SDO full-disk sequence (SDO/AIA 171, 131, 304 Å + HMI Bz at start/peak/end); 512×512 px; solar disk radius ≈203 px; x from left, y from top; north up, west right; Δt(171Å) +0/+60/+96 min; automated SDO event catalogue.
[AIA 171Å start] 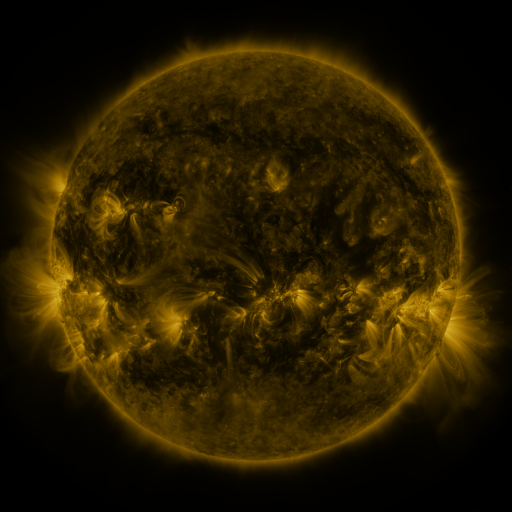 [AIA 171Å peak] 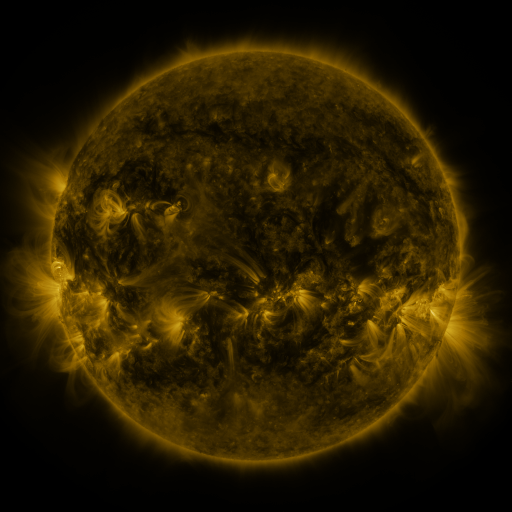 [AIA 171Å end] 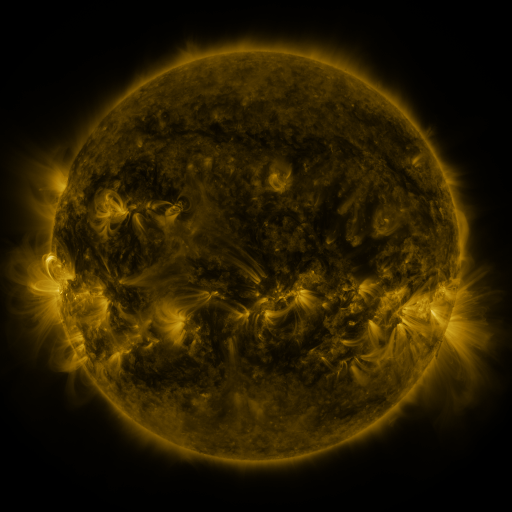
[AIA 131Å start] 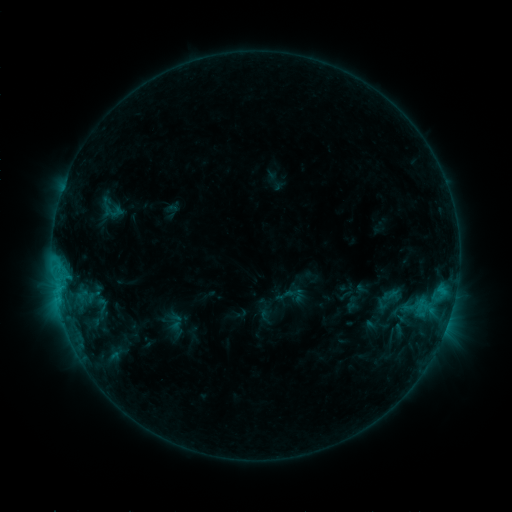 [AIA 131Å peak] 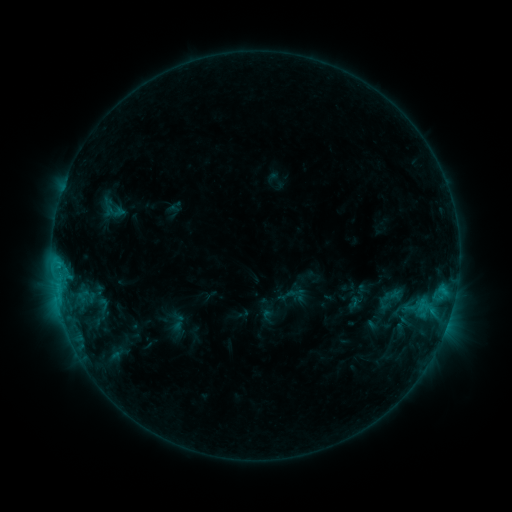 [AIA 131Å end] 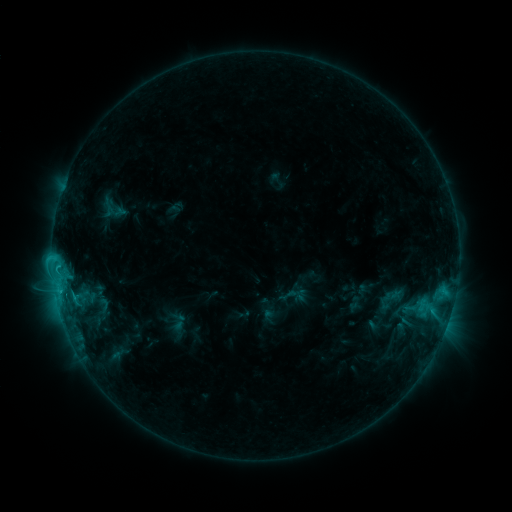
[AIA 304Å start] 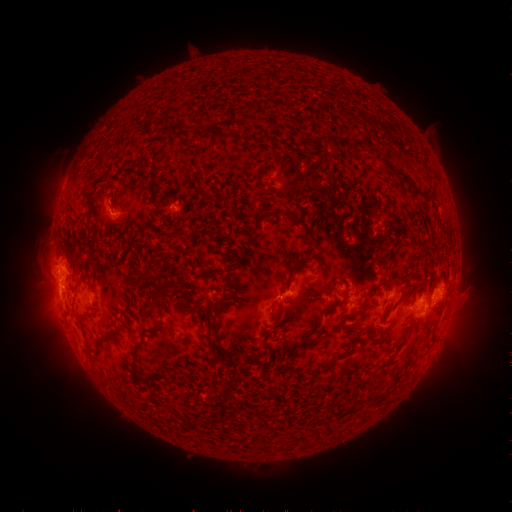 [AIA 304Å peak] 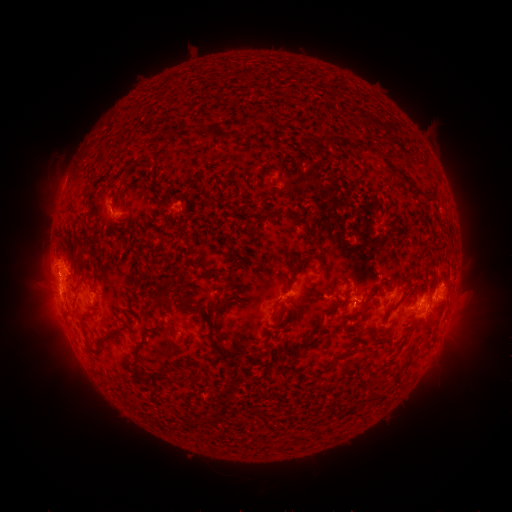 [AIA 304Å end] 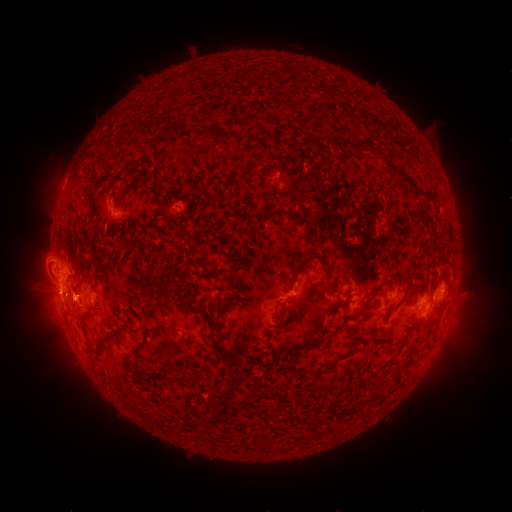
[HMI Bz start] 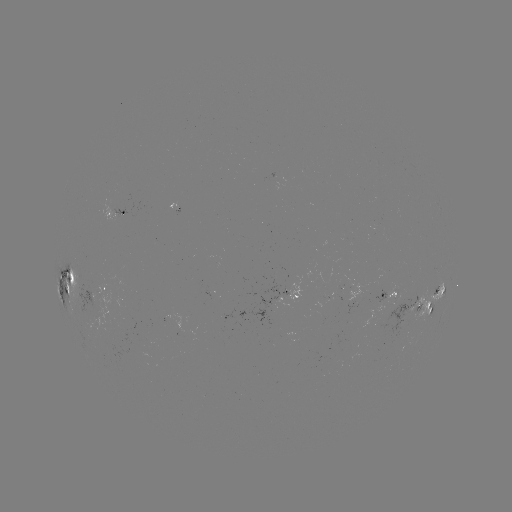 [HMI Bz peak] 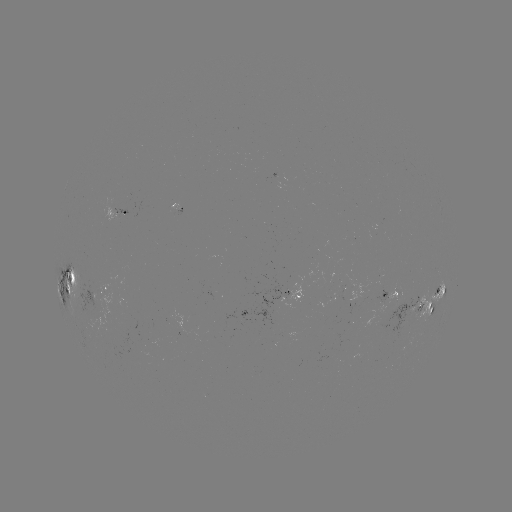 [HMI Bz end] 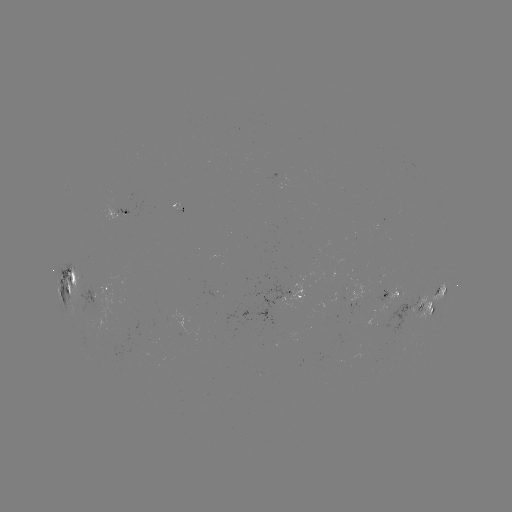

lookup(emerging-flux region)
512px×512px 398,310